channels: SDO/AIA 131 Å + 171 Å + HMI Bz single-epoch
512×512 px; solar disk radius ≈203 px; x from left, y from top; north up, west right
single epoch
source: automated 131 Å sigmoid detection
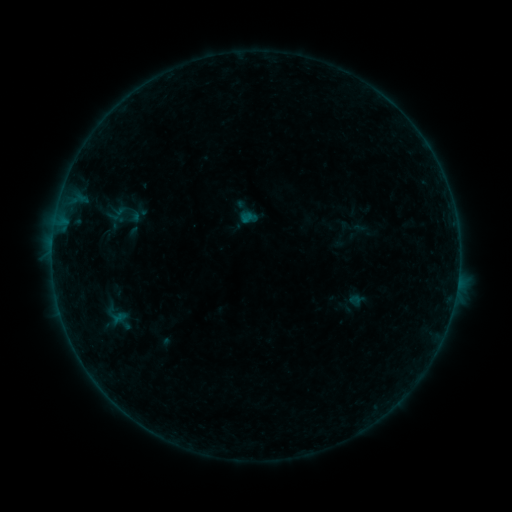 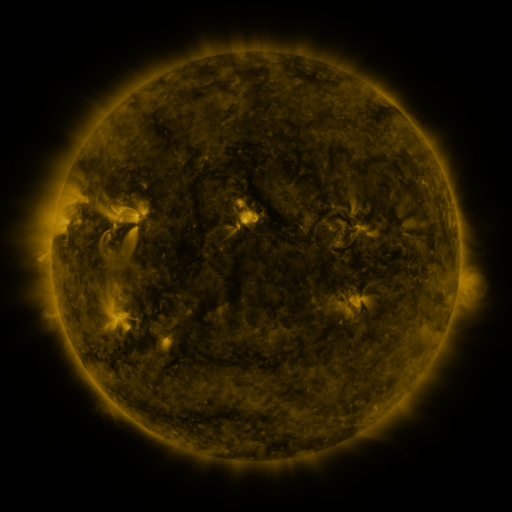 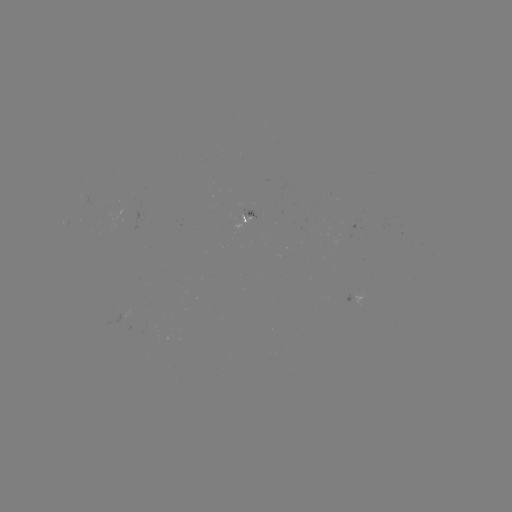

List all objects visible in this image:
sigmoid: (124, 215)
